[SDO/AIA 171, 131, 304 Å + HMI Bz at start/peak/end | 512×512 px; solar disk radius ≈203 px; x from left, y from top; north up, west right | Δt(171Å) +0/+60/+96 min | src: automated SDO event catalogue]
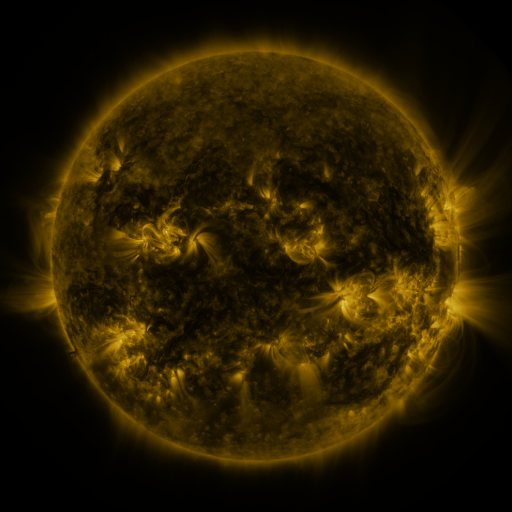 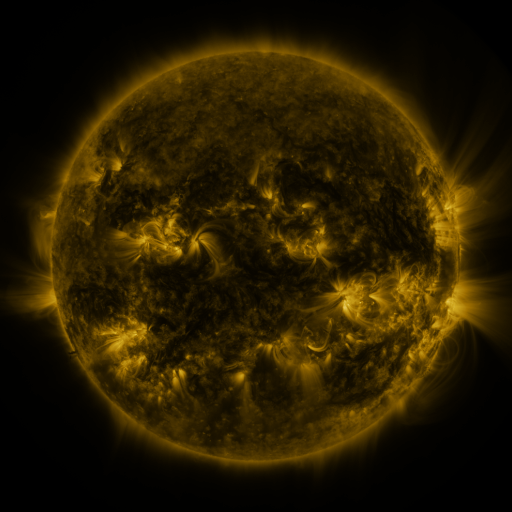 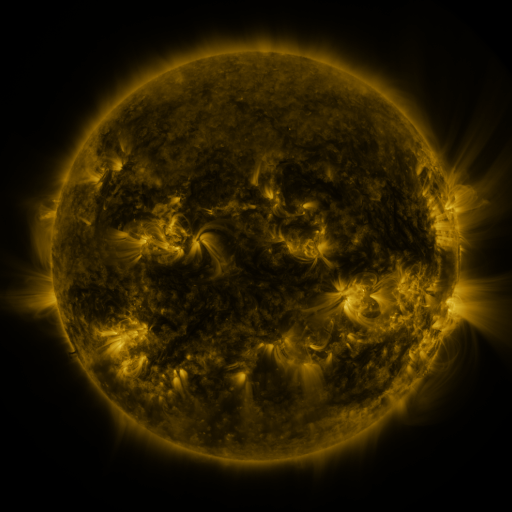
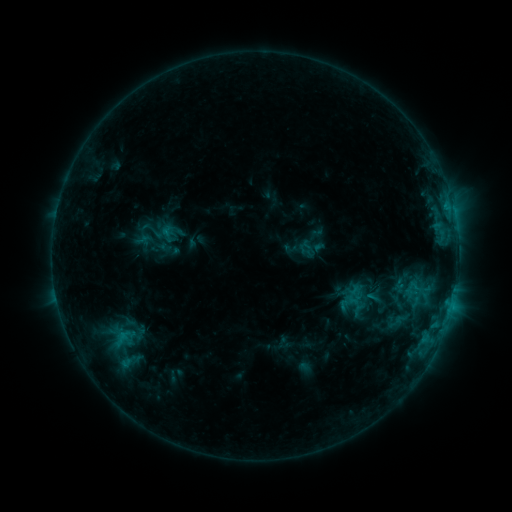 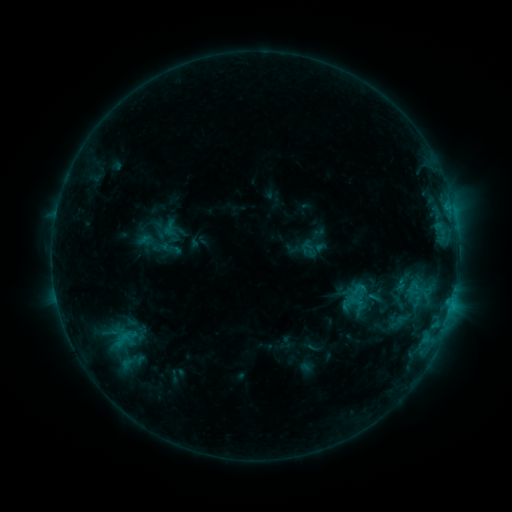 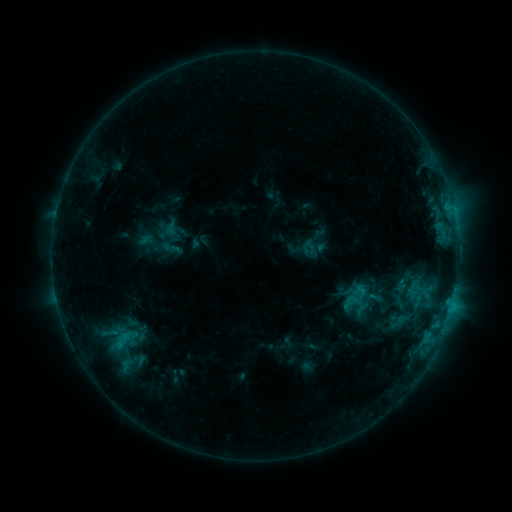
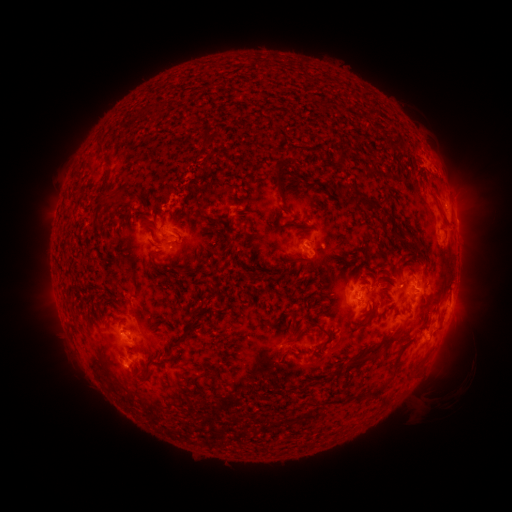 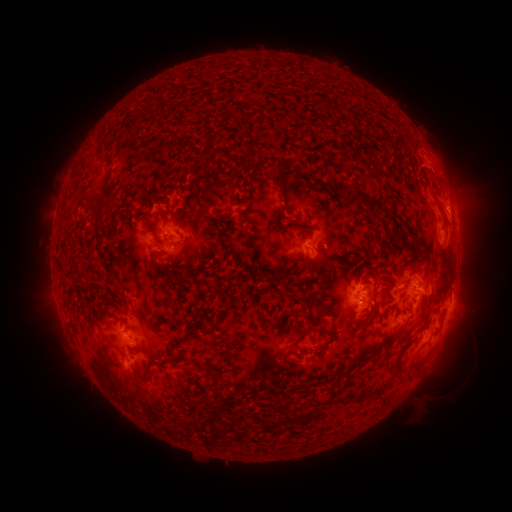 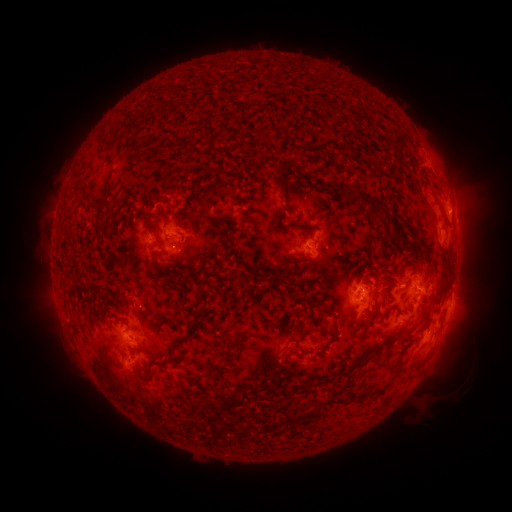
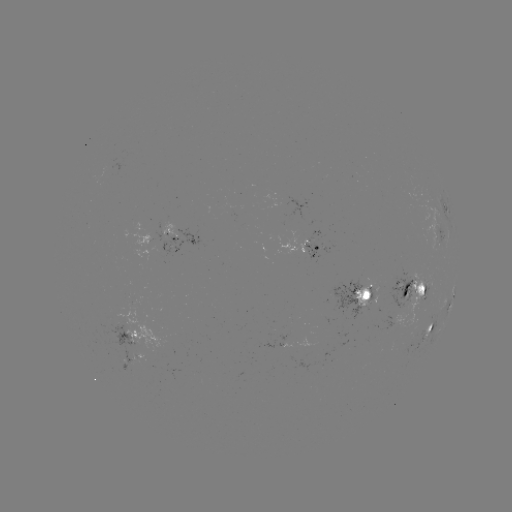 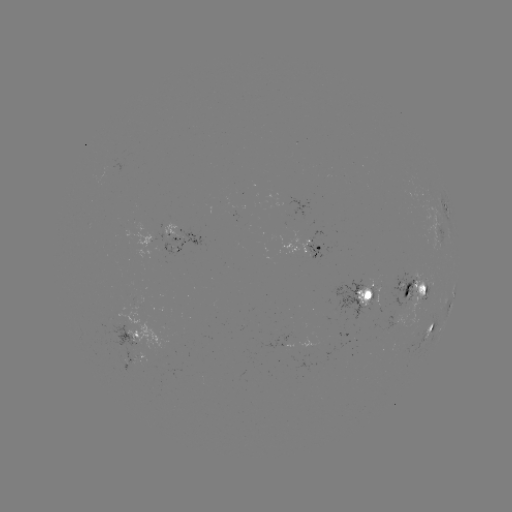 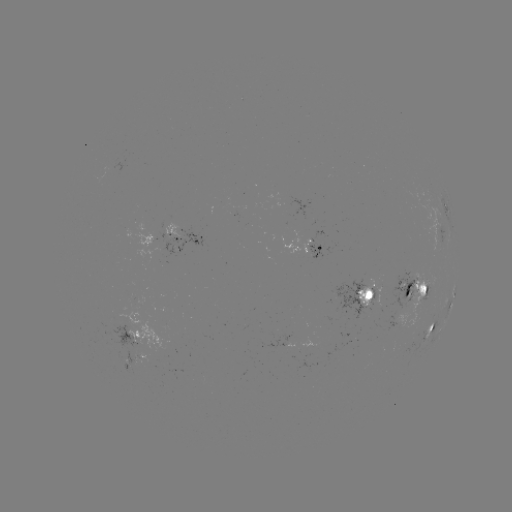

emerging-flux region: (281, 196, 309, 217)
